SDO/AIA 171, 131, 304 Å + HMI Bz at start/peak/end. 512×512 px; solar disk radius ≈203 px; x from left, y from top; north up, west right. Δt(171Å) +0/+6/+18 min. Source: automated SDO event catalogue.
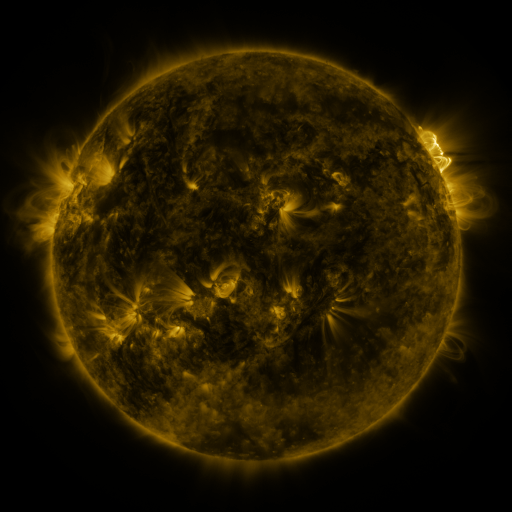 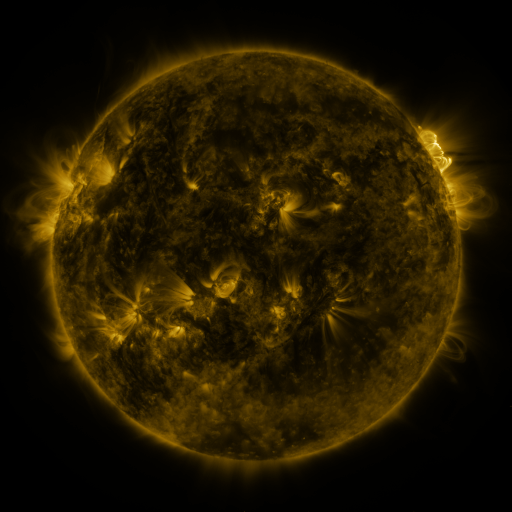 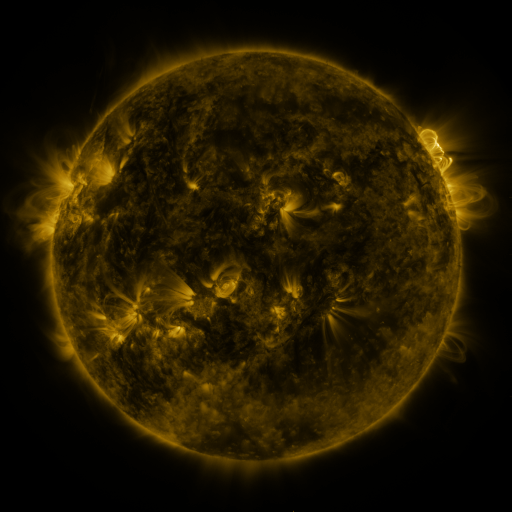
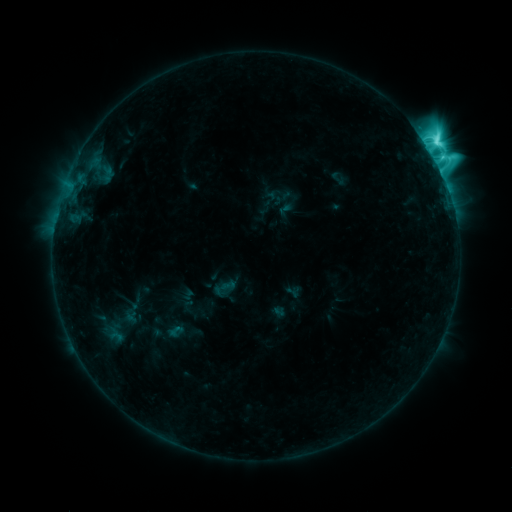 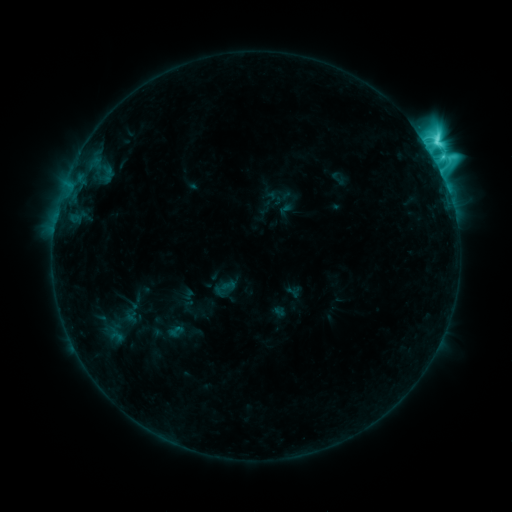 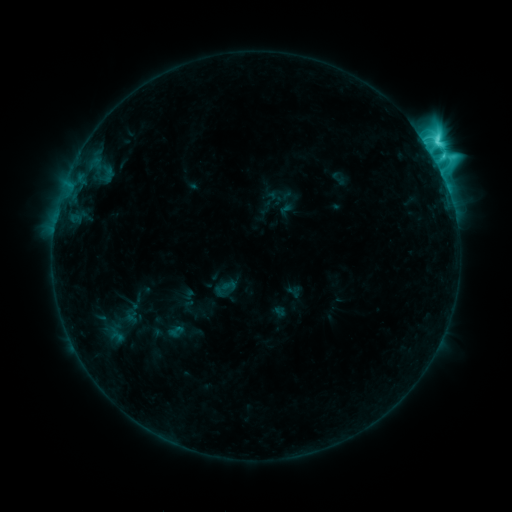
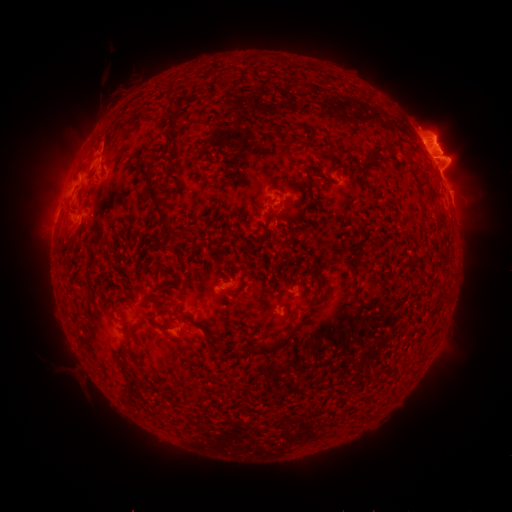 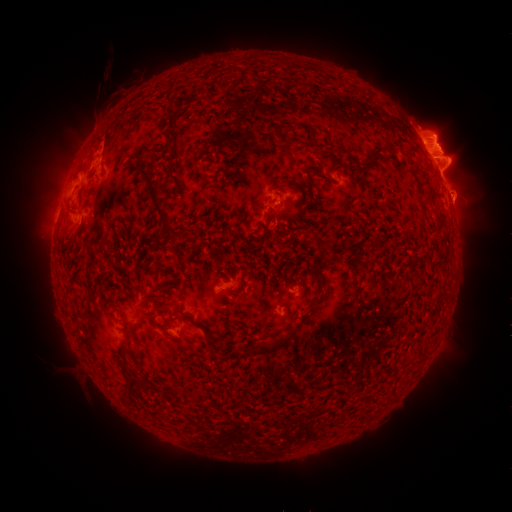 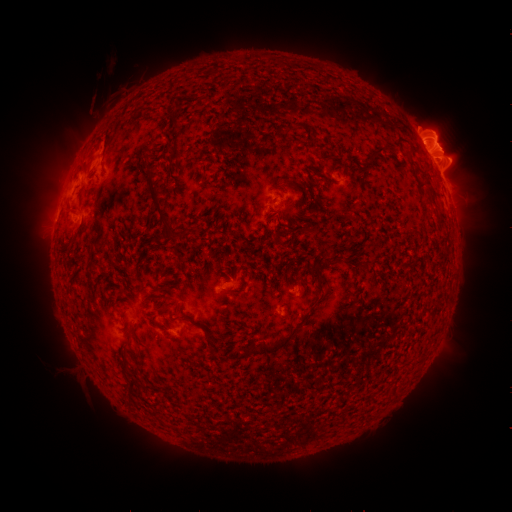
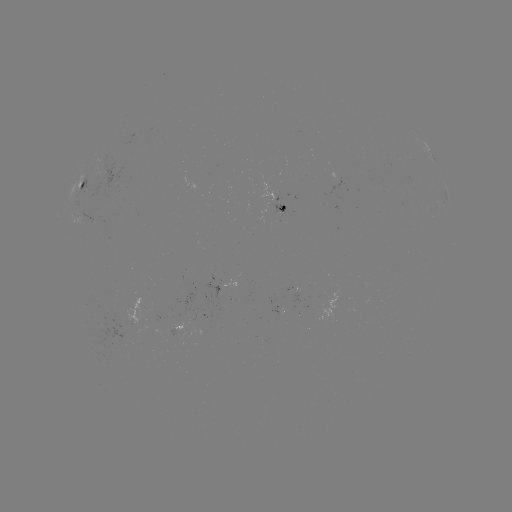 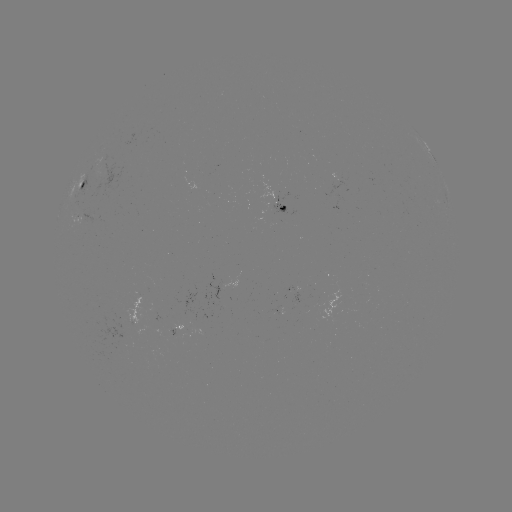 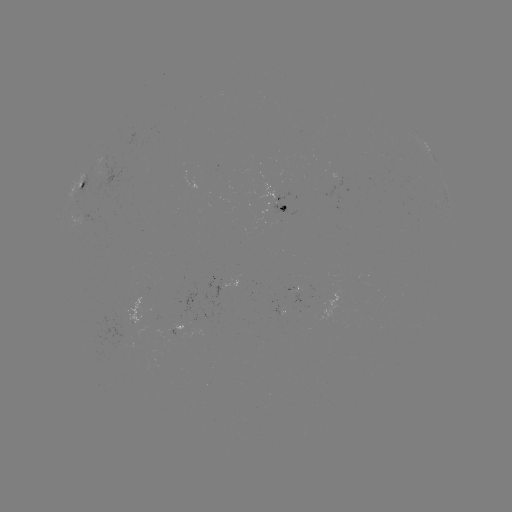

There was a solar eruption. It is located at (465, 198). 